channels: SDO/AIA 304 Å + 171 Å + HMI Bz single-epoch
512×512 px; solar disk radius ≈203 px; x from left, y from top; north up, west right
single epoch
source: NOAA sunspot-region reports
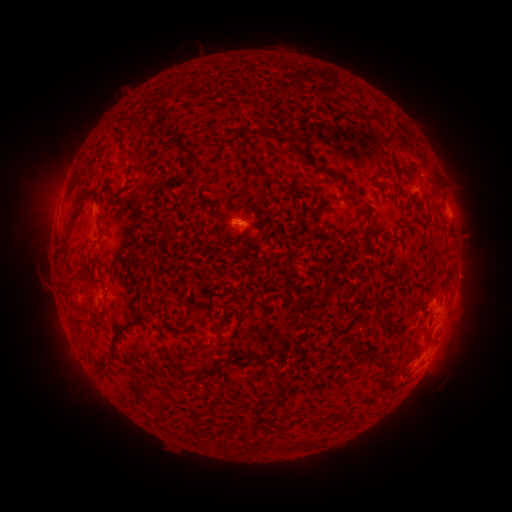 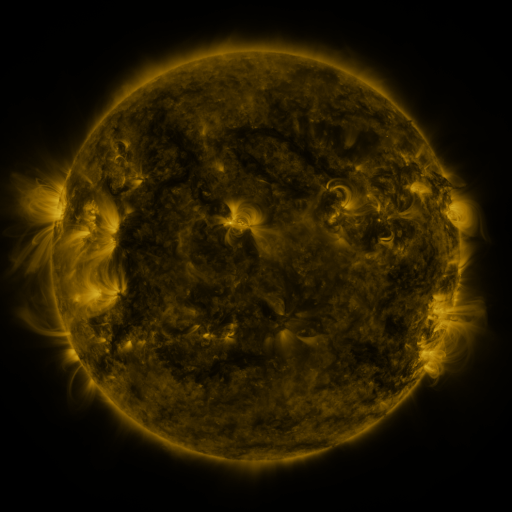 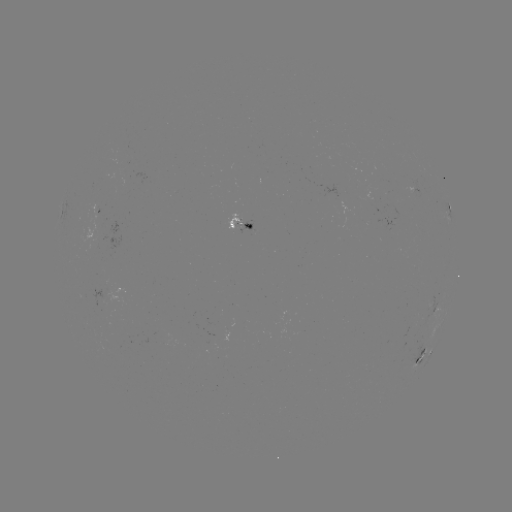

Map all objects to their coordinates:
spotted active region: (418, 193)
spotted active region: (448, 210)
spotted active region: (241, 224)
spotted active region: (427, 351)
